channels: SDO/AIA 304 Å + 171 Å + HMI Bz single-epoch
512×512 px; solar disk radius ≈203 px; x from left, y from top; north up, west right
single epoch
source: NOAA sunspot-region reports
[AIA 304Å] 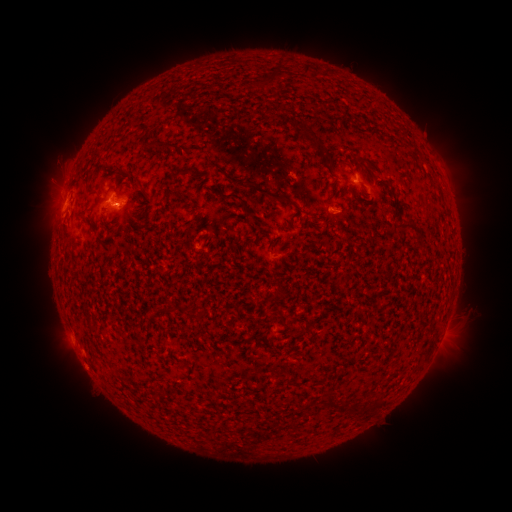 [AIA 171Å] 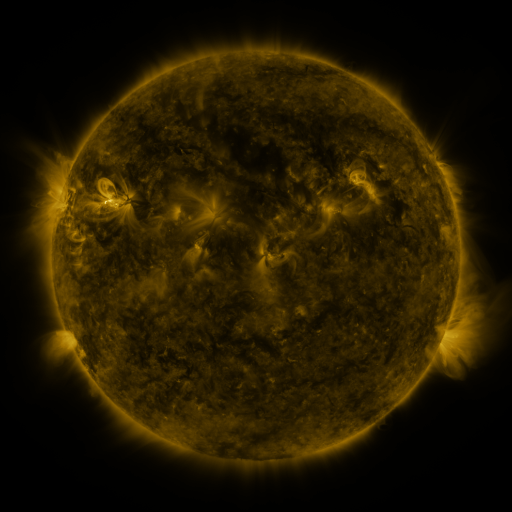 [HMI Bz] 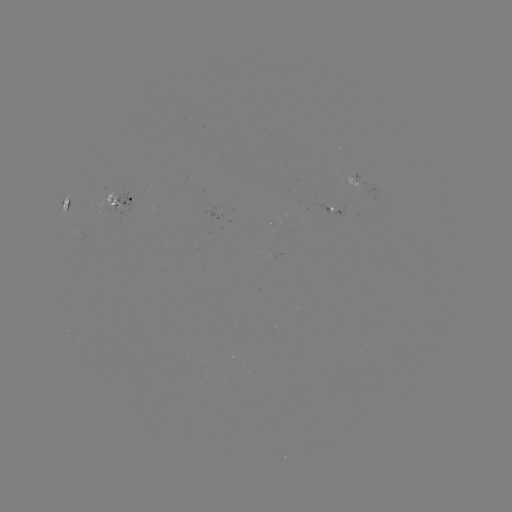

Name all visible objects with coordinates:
spotted active region: (120, 199)
spotted active region: (67, 205)
